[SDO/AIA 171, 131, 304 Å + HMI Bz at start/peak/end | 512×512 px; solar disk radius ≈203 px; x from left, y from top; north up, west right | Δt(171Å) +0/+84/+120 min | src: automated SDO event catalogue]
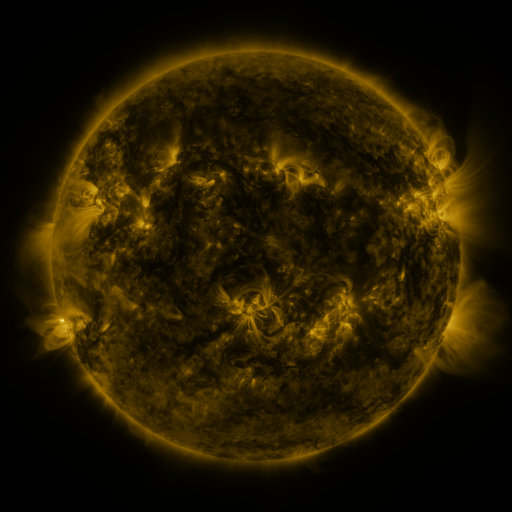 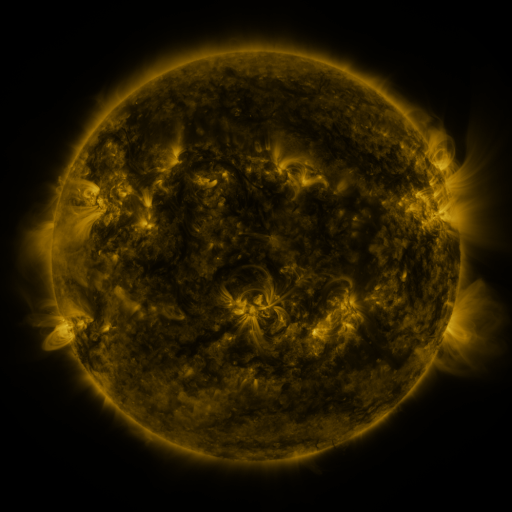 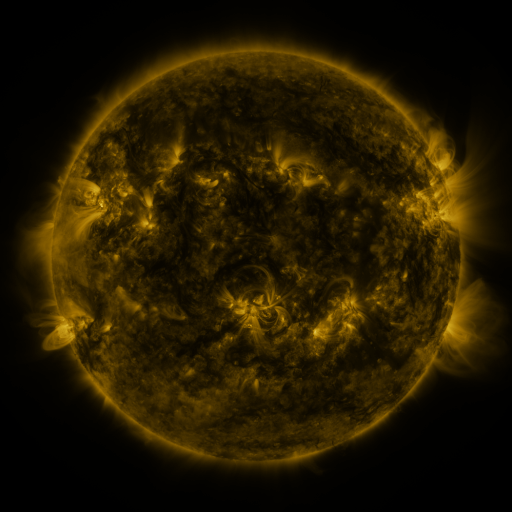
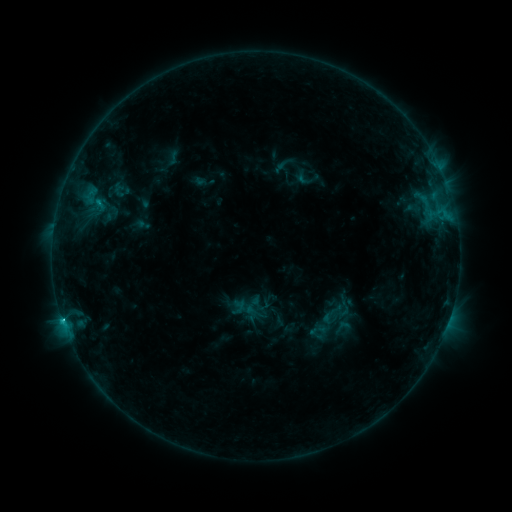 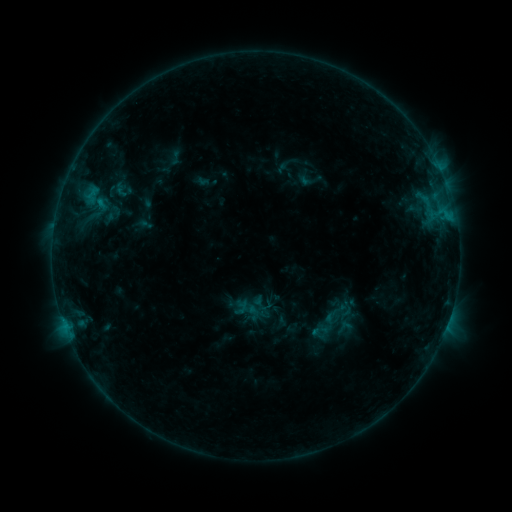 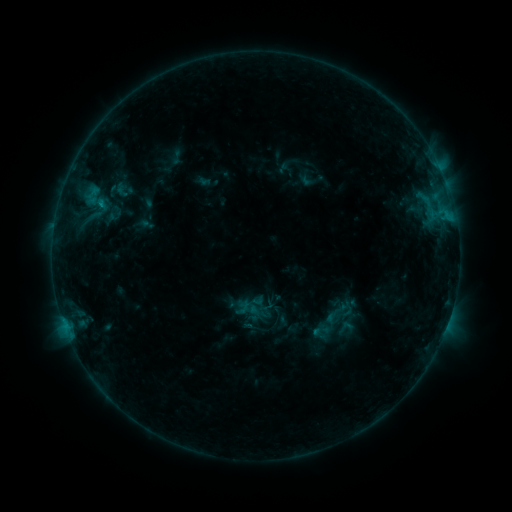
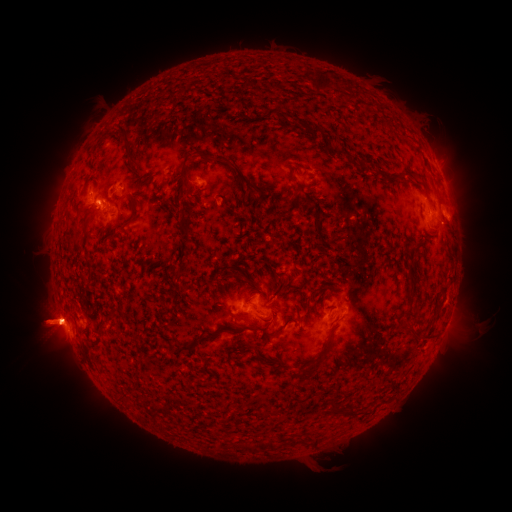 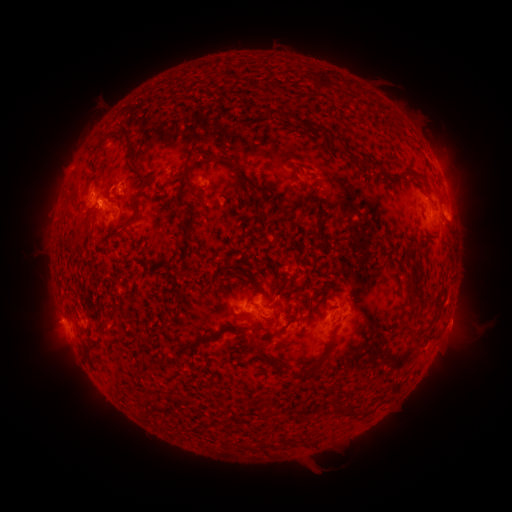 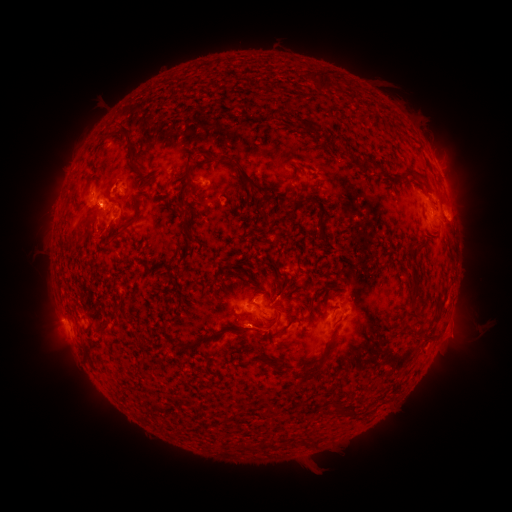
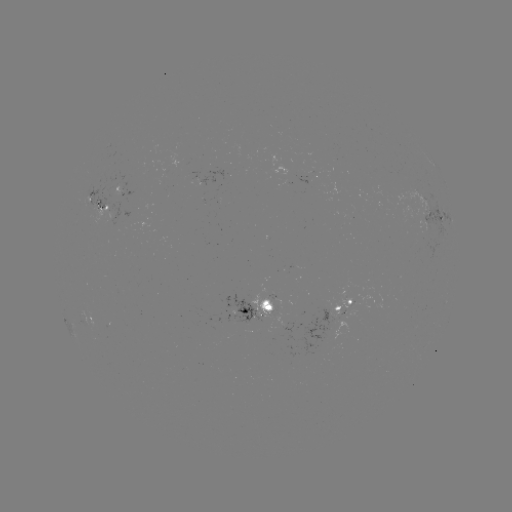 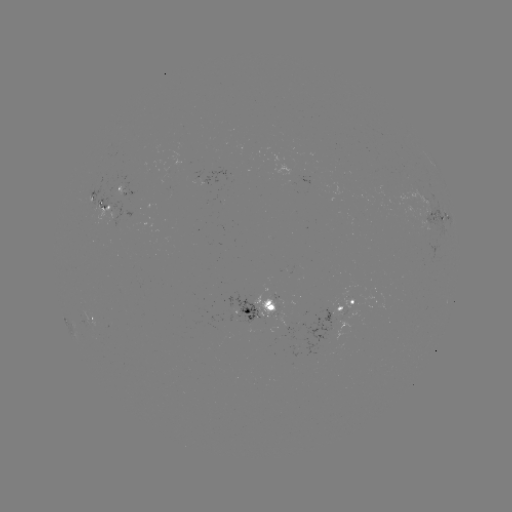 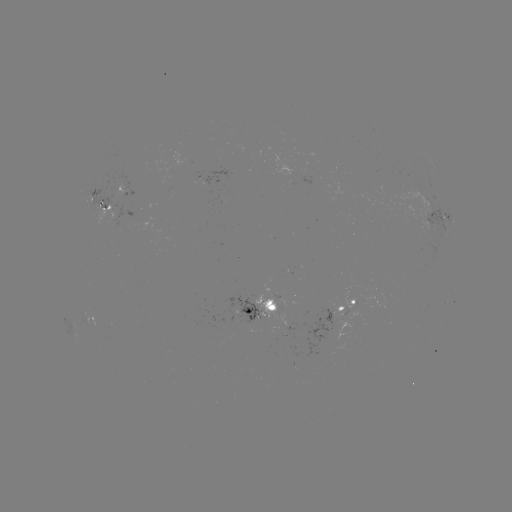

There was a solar emerging-flux region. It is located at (347, 316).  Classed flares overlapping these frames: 1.